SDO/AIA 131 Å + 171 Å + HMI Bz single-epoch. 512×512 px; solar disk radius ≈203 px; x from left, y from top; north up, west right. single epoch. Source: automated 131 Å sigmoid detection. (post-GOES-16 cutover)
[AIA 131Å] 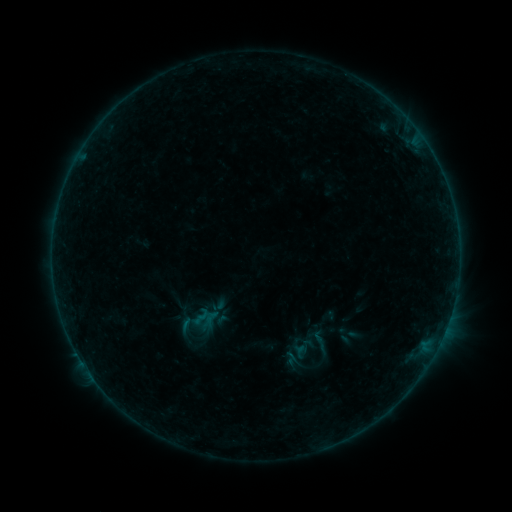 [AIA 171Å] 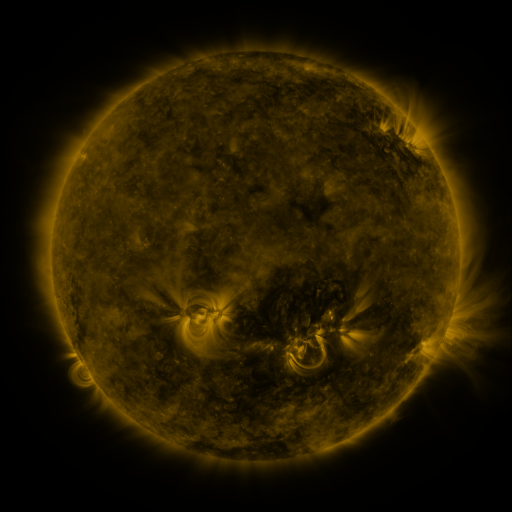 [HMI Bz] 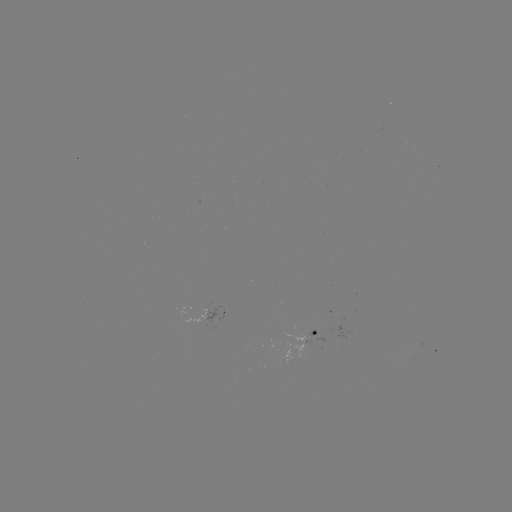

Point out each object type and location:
sigmoid: (321, 346)
